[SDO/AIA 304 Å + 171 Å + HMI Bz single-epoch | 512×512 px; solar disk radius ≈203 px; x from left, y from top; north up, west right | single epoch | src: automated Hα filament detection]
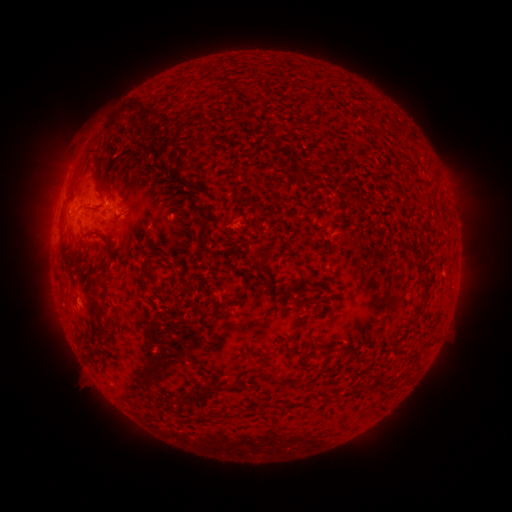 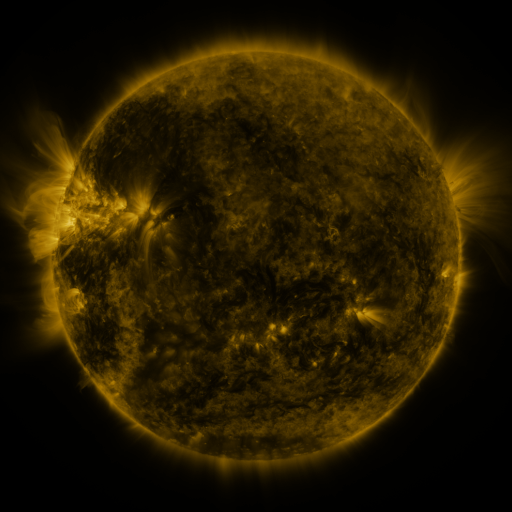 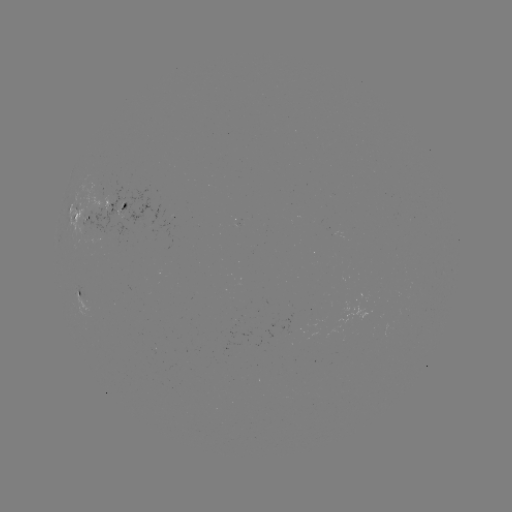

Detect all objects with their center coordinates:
filament: [102, 99, 153, 133]
filament: [224, 110, 254, 123]
filament: [181, 119, 194, 131]
filament: [262, 128, 280, 144]
filament: [133, 143, 142, 152]
filament: [197, 154, 207, 164]
filament: [300, 168, 309, 177]
filament: [165, 172, 178, 184]
filament: [180, 179, 190, 187]
filament: [96, 186, 108, 197]
filament: [131, 186, 140, 195]
filament: [166, 196, 180, 211]
filament: [194, 220, 206, 230]
filament: [80, 232, 96, 240]
filament: [100, 237, 112, 252]
filament: [200, 240, 219, 261]
filament: [408, 242, 418, 251]
filament: [136, 253, 159, 297]
filament: [165, 260, 178, 276]
filament: [416, 262, 428, 271]
filament: [419, 276, 431, 297]
filament: [88, 280, 109, 321]
filament: [233, 291, 248, 305]
filament: [211, 307, 222, 320]
filament: [317, 342, 332, 354]
filament: [302, 348, 311, 359]
filament: [268, 370, 304, 388]
filament: [361, 378, 372, 392]
filament: [177, 381, 234, 406]
